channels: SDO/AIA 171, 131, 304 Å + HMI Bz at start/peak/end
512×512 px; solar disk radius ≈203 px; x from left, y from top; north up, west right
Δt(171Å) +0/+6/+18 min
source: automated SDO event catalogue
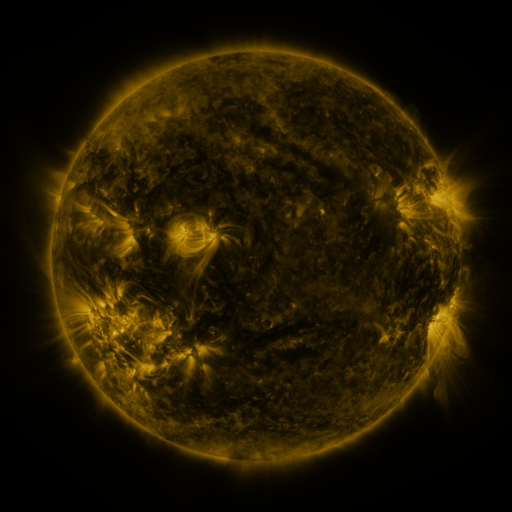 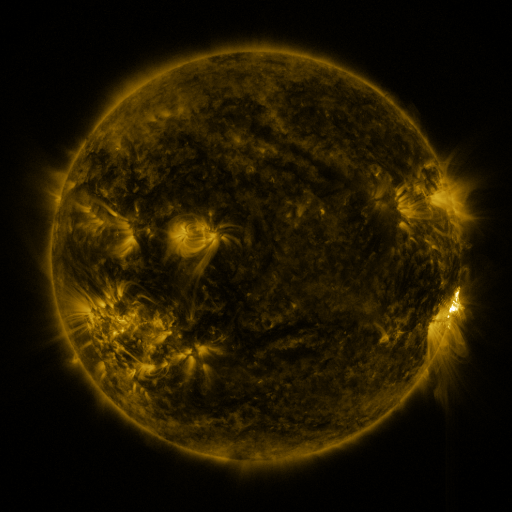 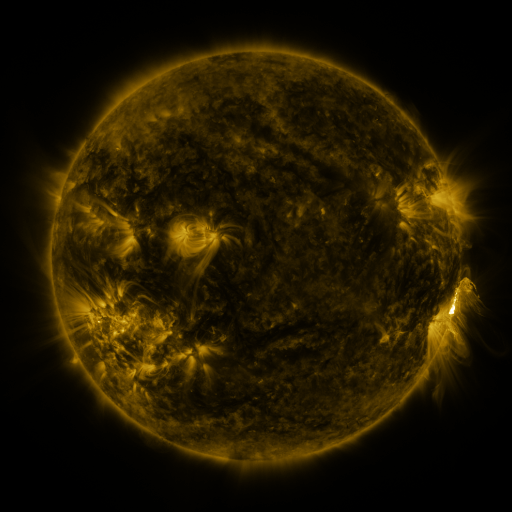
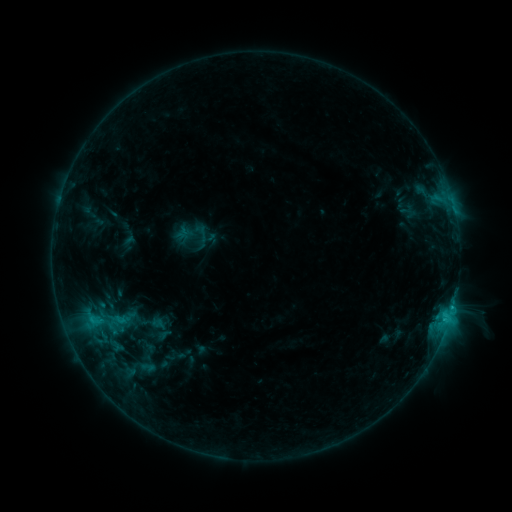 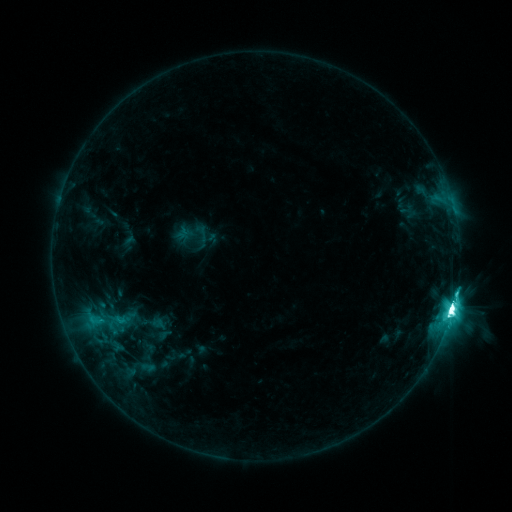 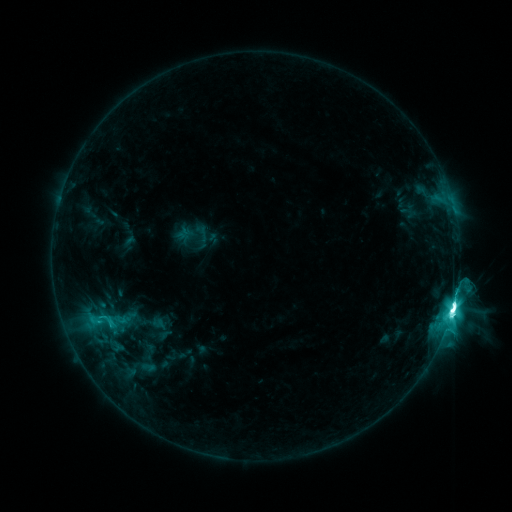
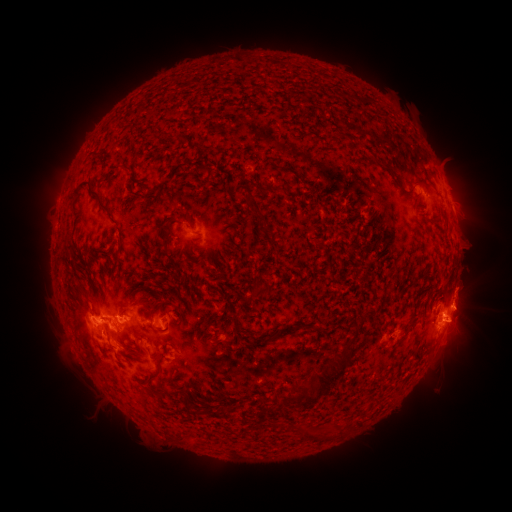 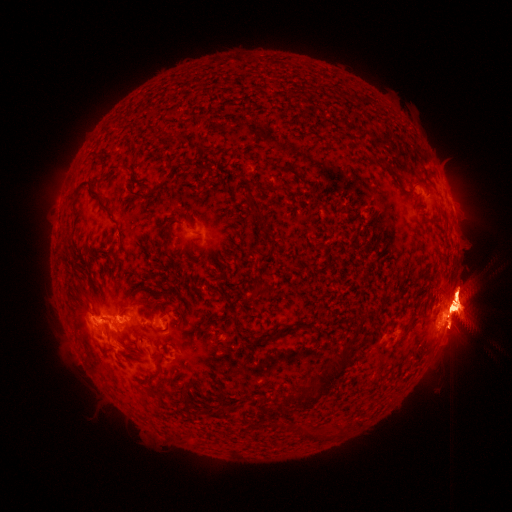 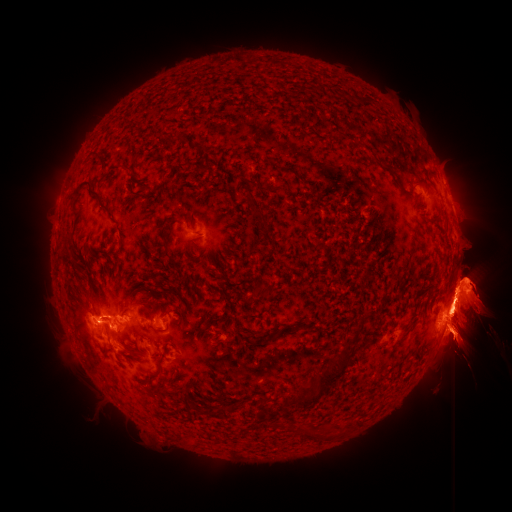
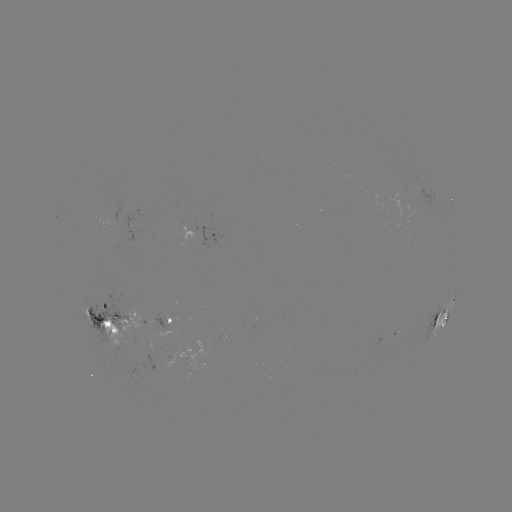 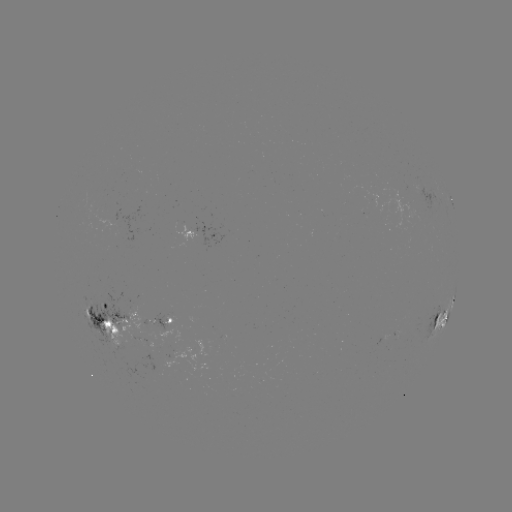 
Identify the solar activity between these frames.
M6.9 flare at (452, 305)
